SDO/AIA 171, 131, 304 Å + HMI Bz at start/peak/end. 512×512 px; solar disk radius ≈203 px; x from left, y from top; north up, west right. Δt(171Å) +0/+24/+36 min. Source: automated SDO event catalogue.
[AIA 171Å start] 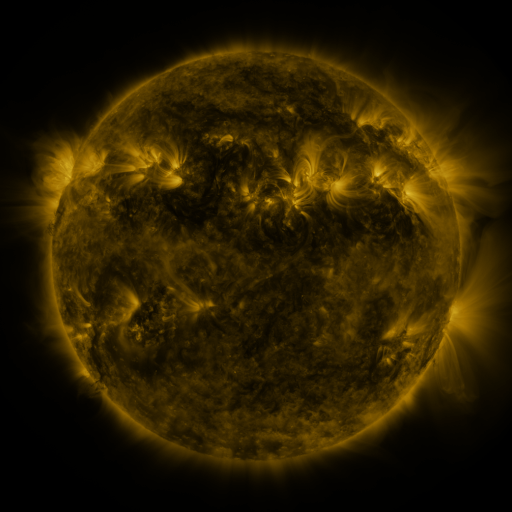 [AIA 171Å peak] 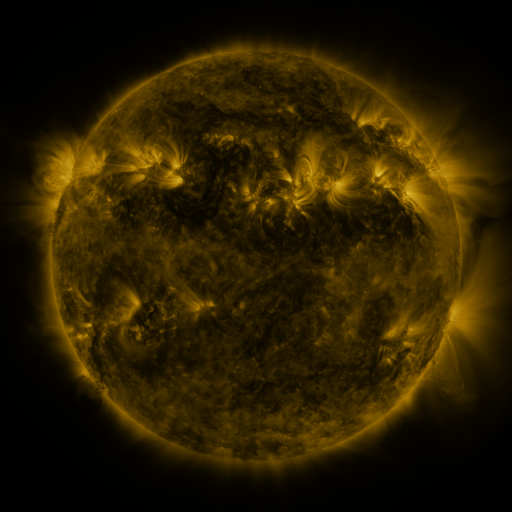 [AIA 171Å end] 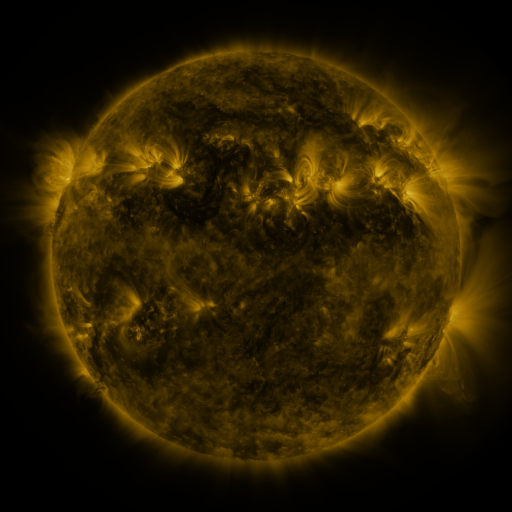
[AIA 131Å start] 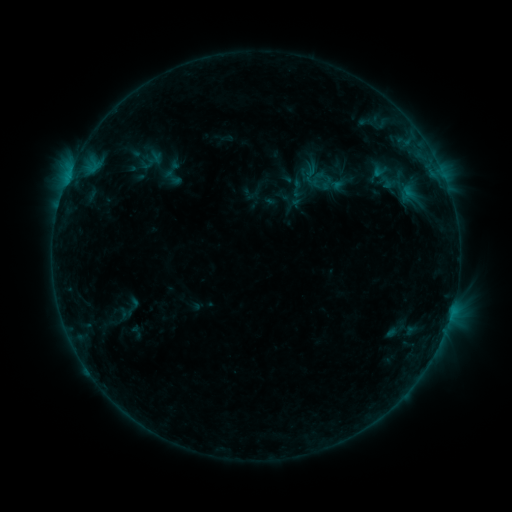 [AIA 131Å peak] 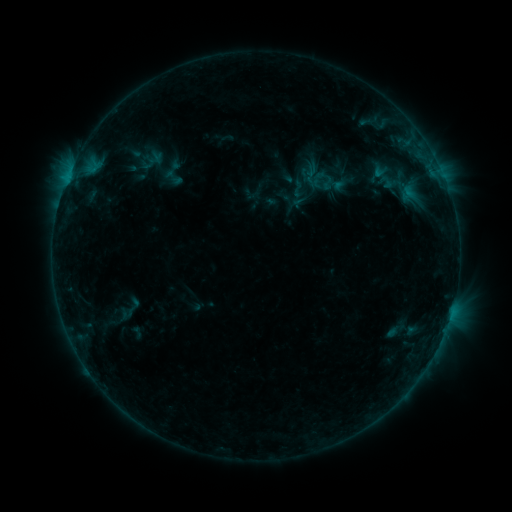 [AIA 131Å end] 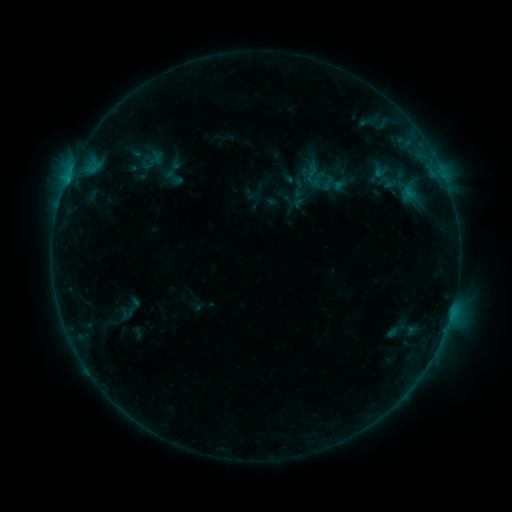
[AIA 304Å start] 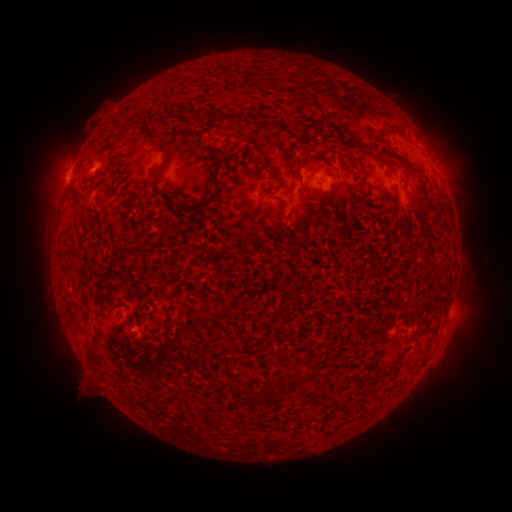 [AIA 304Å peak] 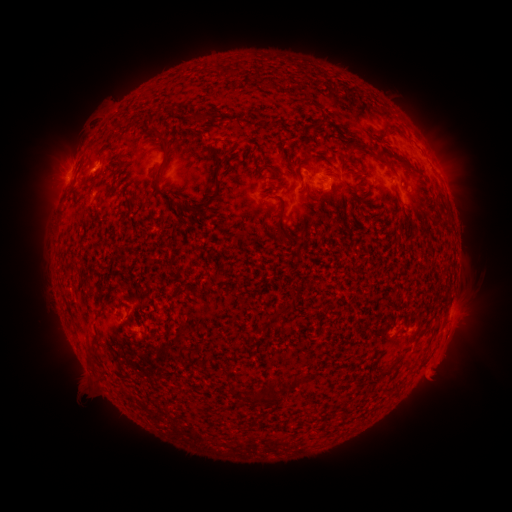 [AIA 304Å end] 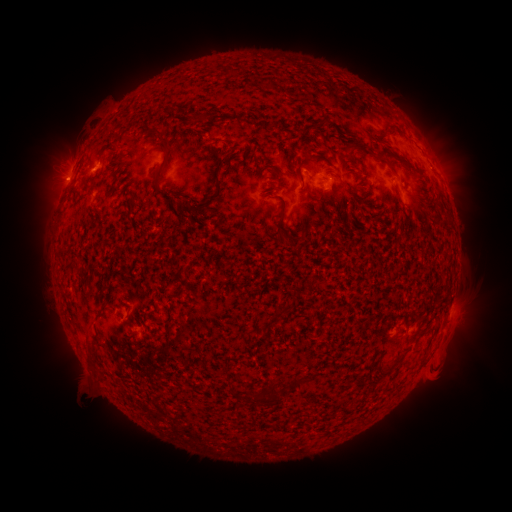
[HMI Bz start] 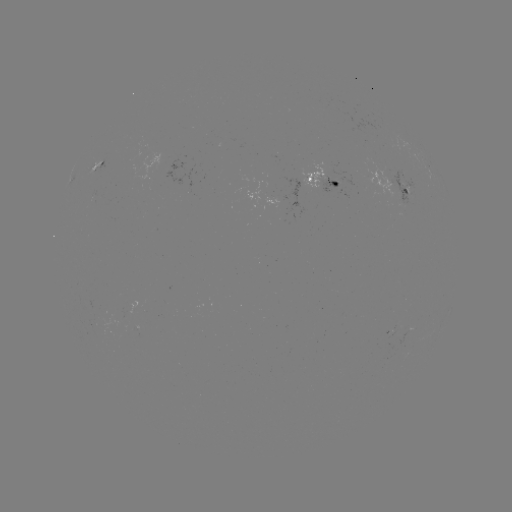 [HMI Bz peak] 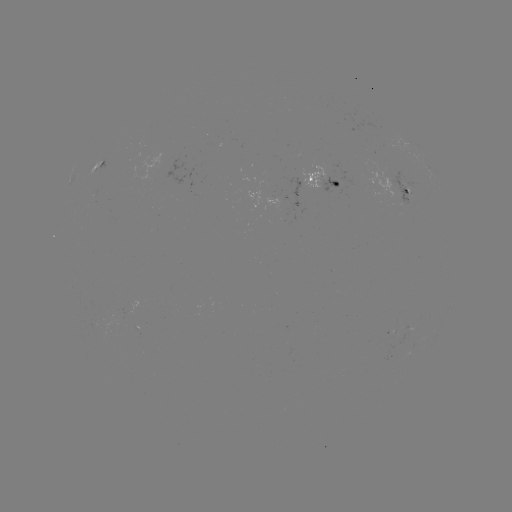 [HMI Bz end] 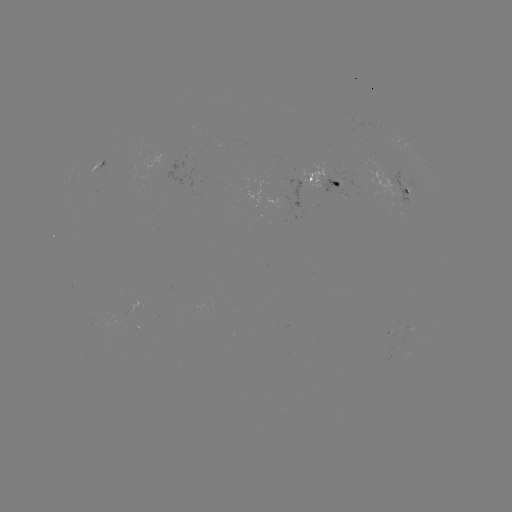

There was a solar emerging-flux region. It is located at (407, 188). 